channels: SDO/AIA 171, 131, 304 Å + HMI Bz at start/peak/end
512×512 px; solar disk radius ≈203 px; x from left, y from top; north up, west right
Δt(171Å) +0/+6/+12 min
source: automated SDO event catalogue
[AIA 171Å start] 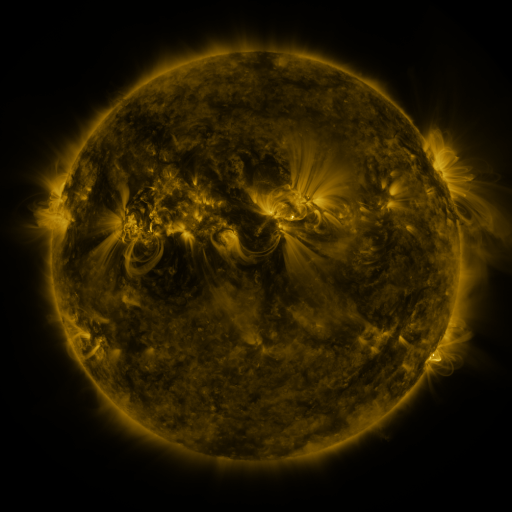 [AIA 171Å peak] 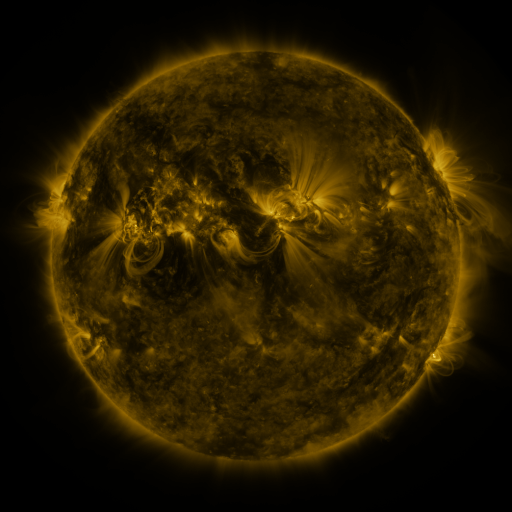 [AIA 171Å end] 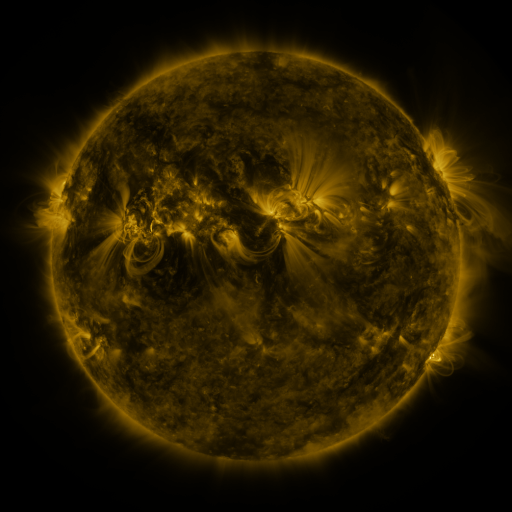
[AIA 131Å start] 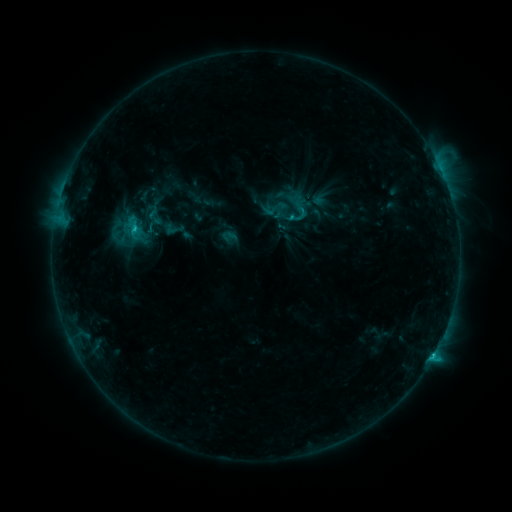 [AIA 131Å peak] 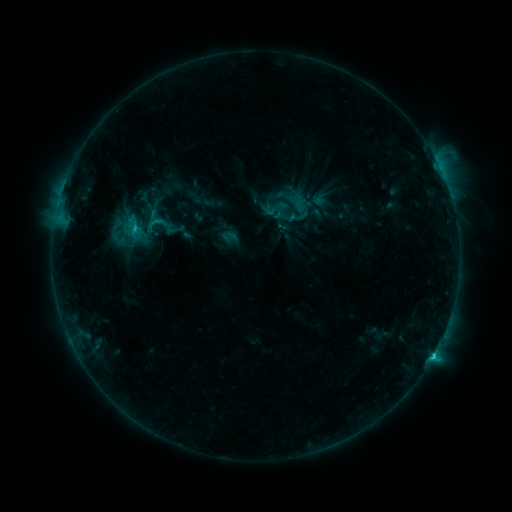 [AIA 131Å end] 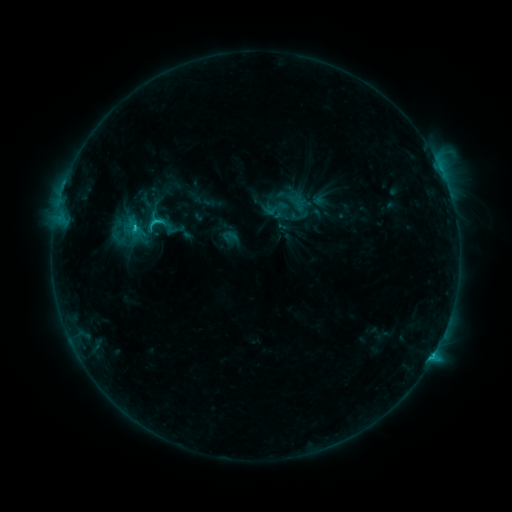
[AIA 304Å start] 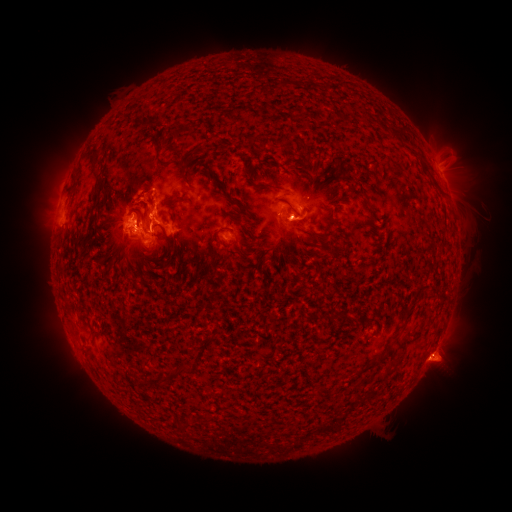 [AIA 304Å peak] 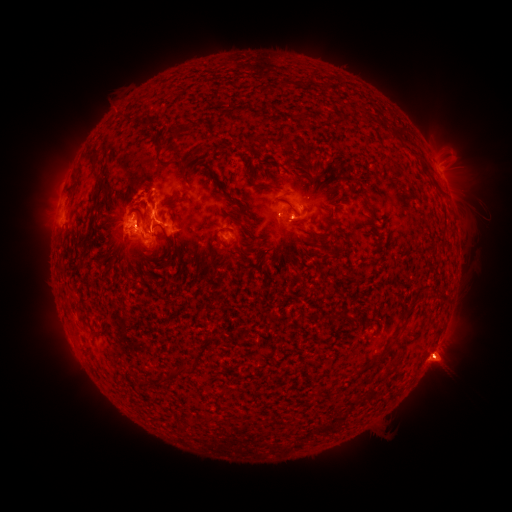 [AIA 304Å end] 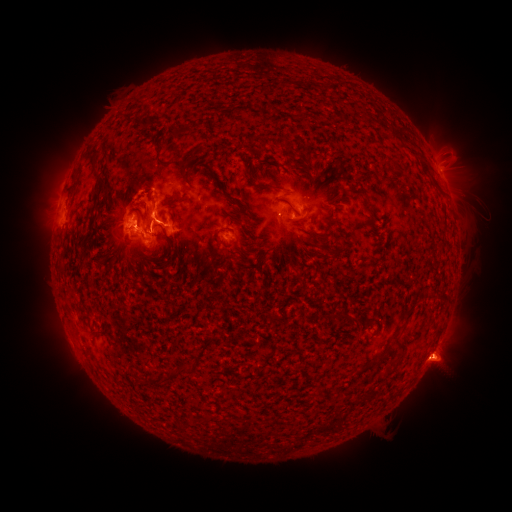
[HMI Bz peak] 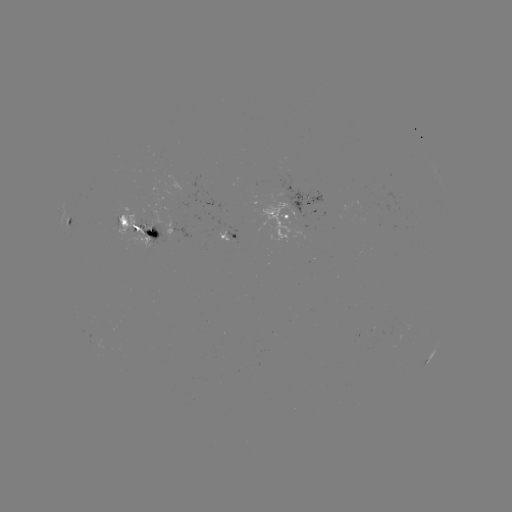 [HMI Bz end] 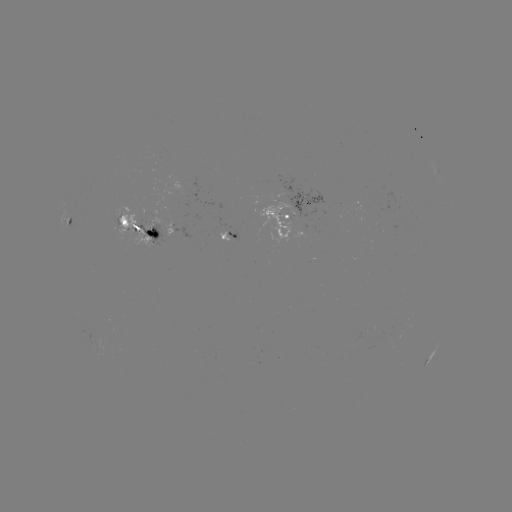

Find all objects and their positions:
eruption: (446, 356)
